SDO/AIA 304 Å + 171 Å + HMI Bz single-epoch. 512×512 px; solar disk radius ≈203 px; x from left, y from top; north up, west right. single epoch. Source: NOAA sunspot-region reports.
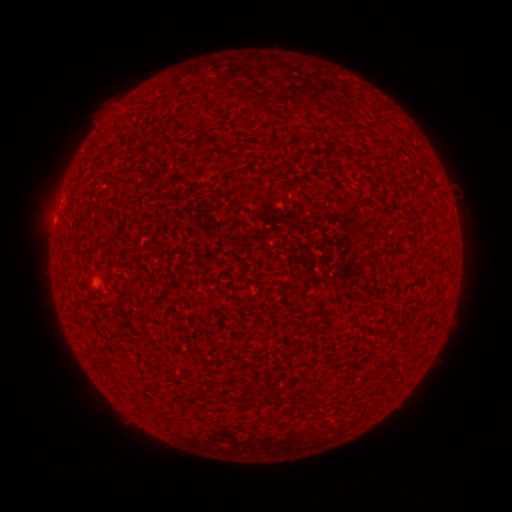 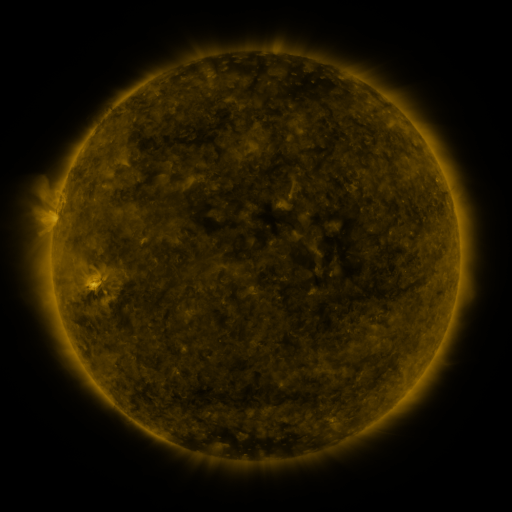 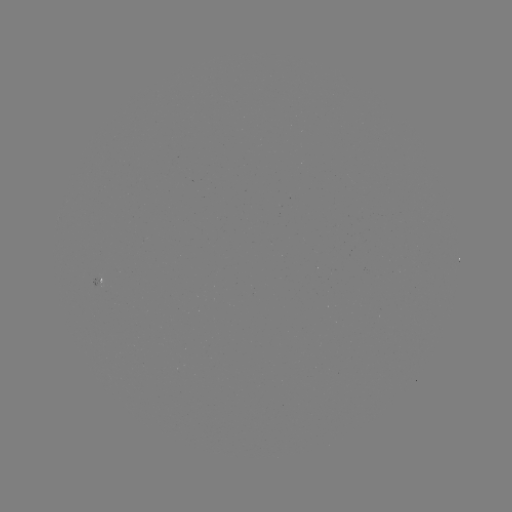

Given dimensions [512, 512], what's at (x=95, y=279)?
spotted active region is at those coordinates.